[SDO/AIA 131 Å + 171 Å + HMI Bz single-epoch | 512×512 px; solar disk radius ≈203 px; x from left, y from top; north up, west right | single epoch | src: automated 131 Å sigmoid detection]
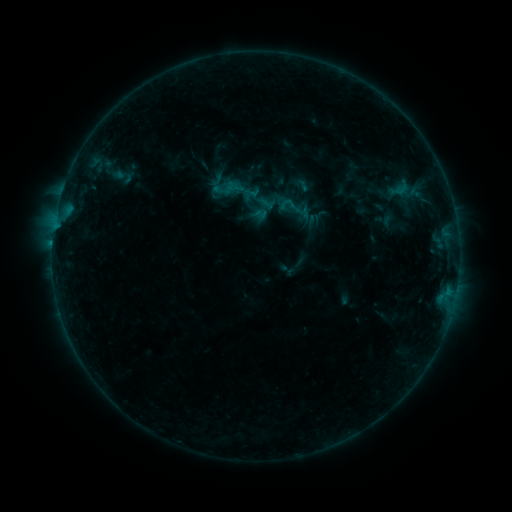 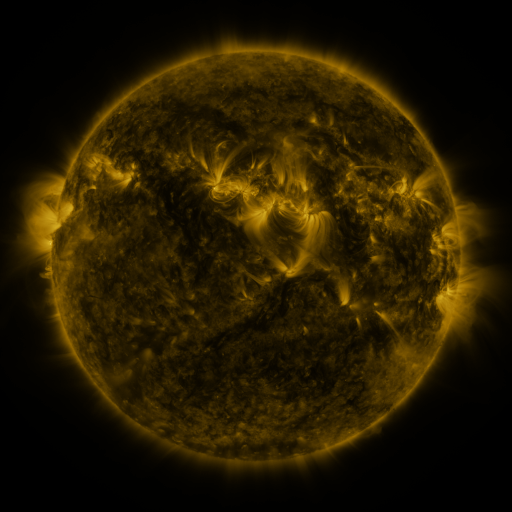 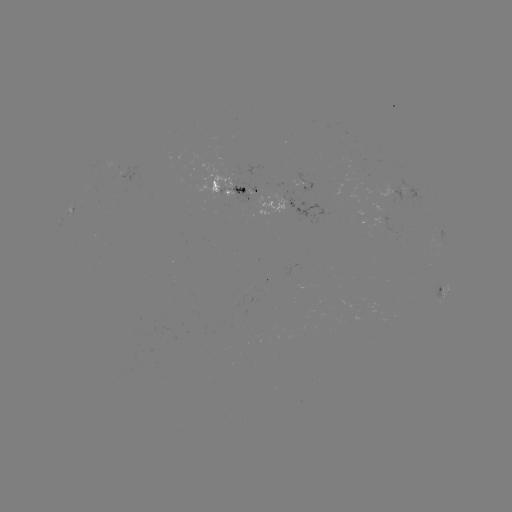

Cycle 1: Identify sigmoid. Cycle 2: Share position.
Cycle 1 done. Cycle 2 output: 302,185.